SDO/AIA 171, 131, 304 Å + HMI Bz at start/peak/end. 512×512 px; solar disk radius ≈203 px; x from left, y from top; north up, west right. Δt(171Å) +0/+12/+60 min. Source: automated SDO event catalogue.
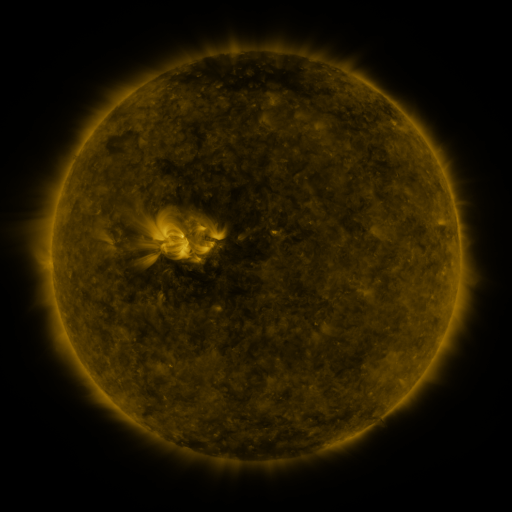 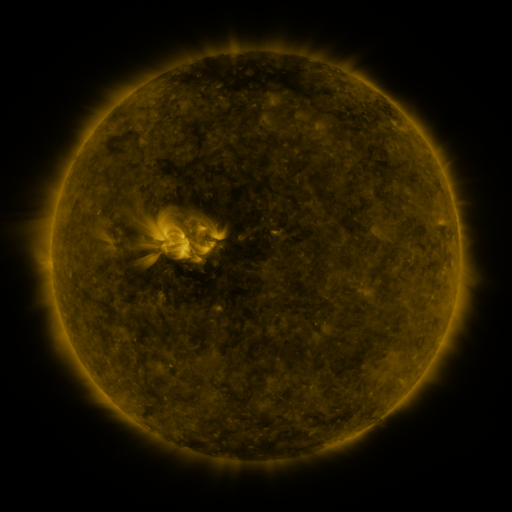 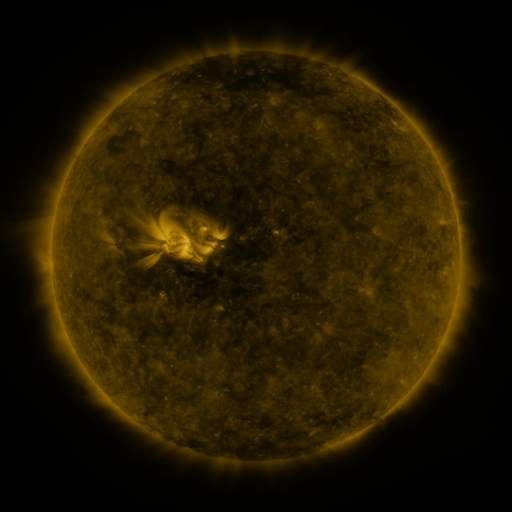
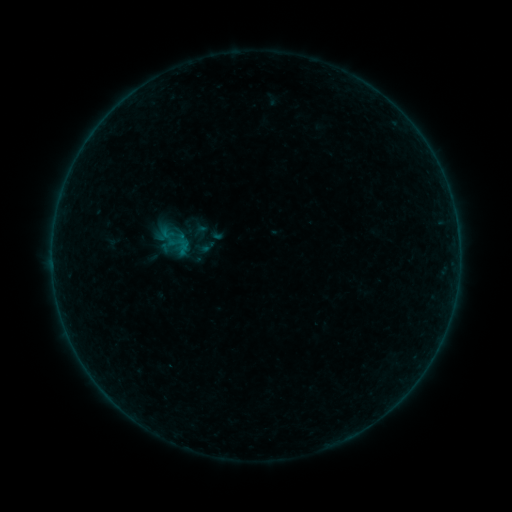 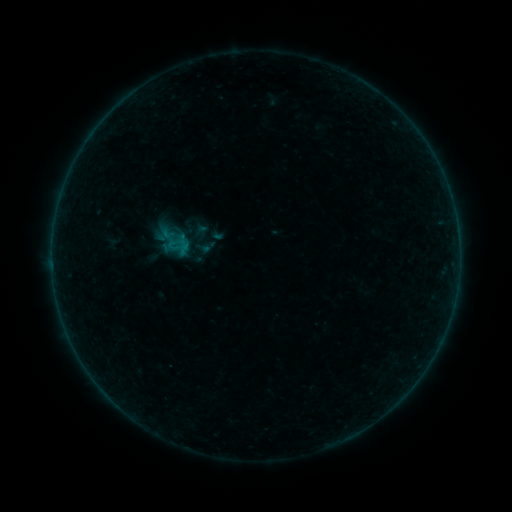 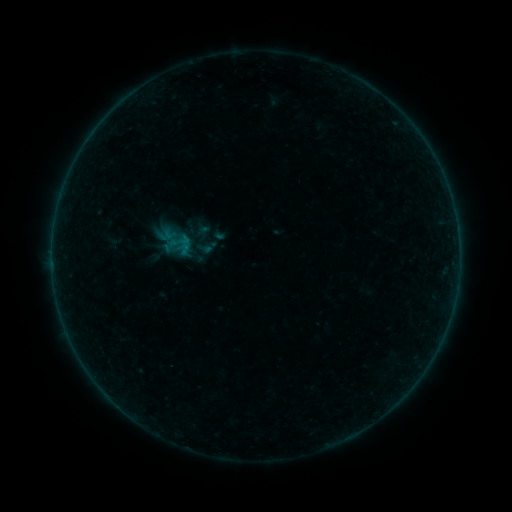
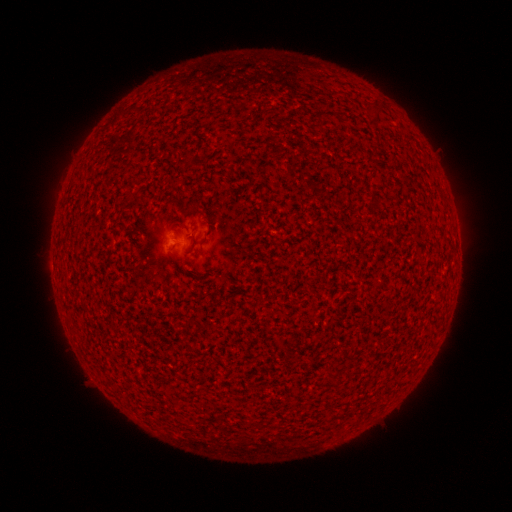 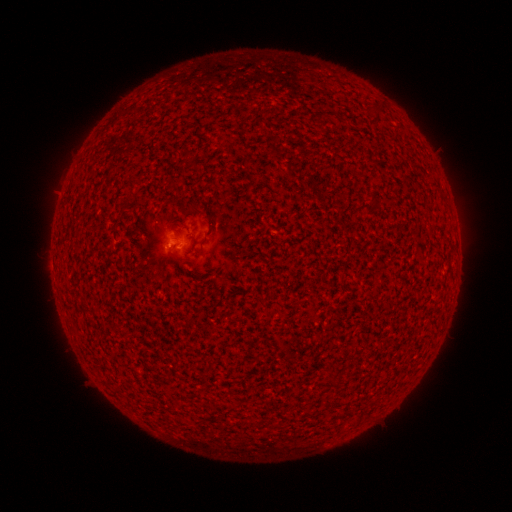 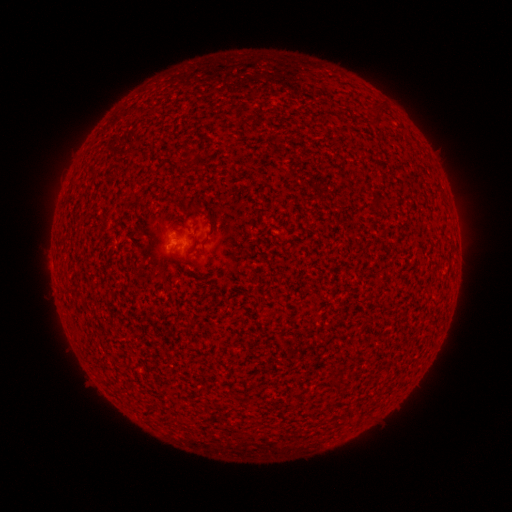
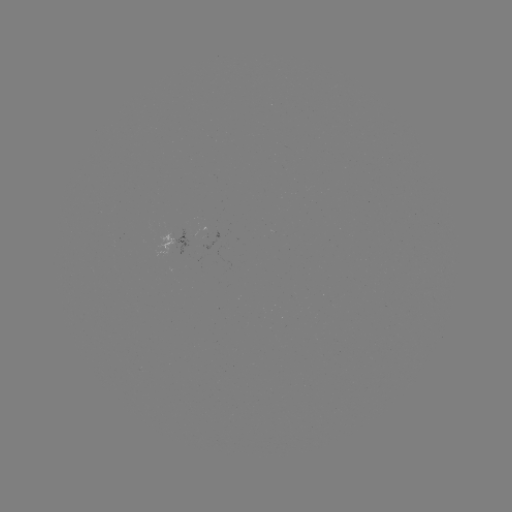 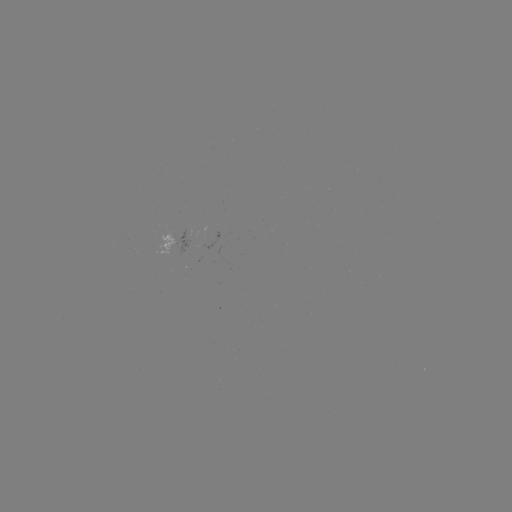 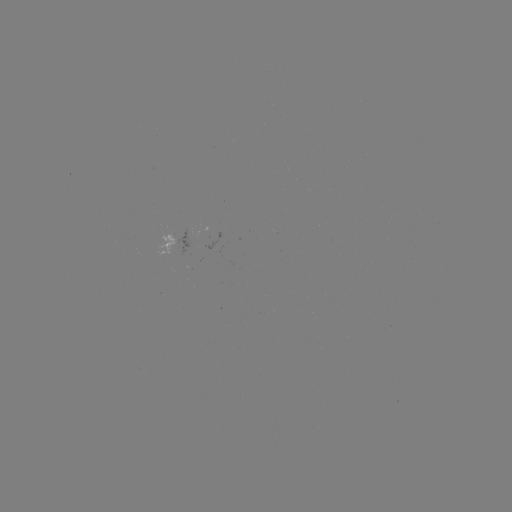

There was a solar flare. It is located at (173, 249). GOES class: A8.3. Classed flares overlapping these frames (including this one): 1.